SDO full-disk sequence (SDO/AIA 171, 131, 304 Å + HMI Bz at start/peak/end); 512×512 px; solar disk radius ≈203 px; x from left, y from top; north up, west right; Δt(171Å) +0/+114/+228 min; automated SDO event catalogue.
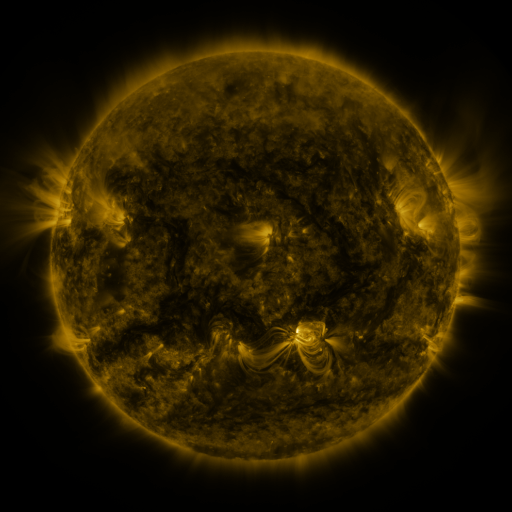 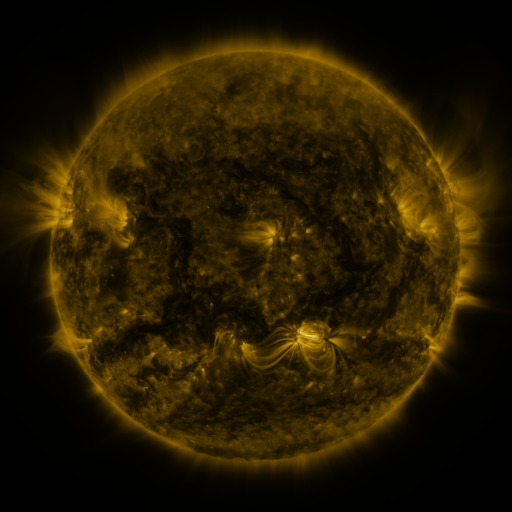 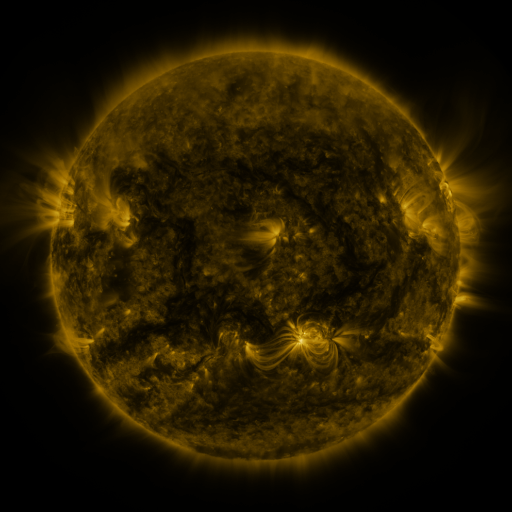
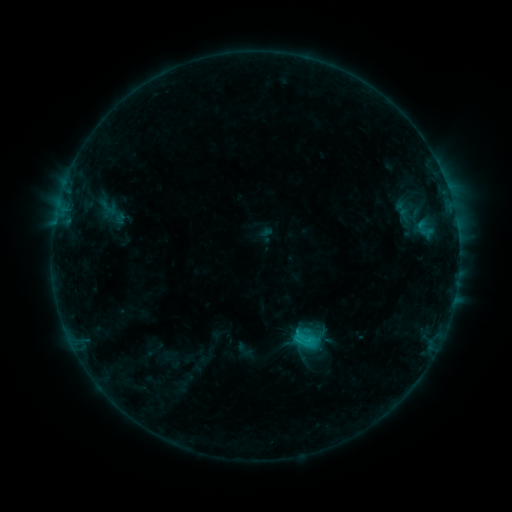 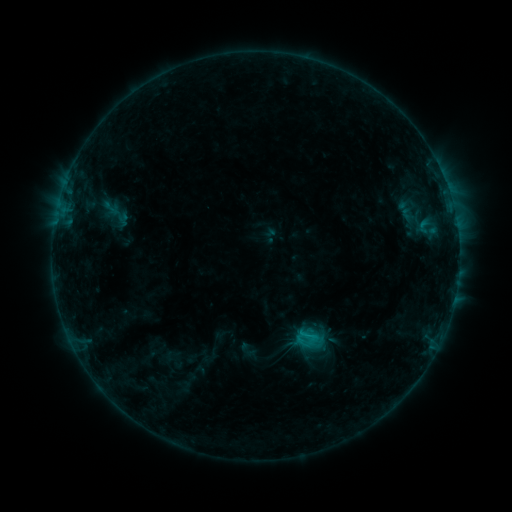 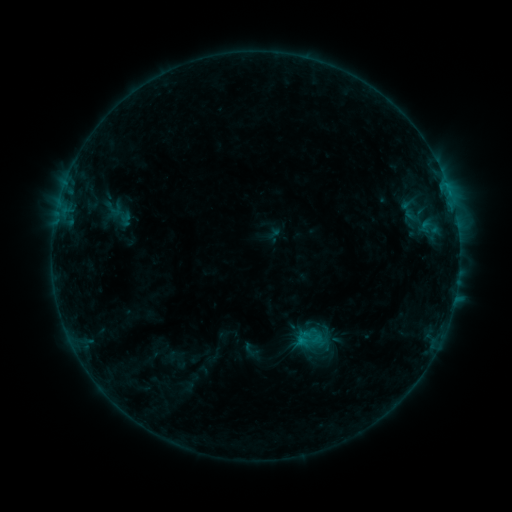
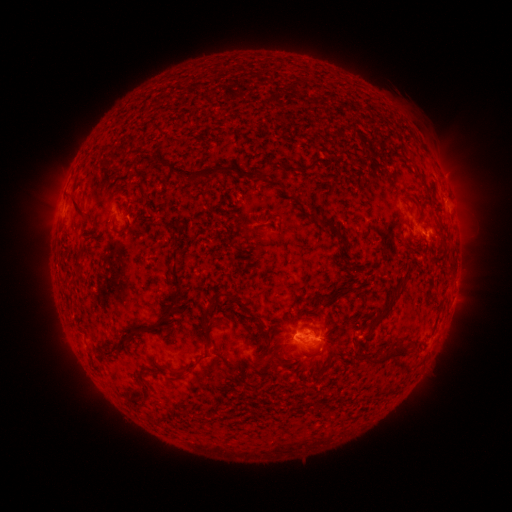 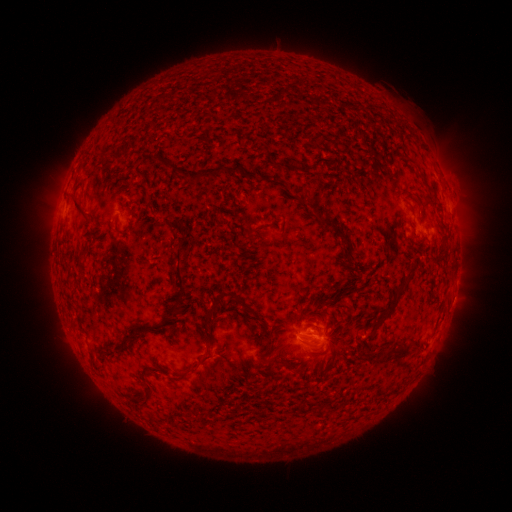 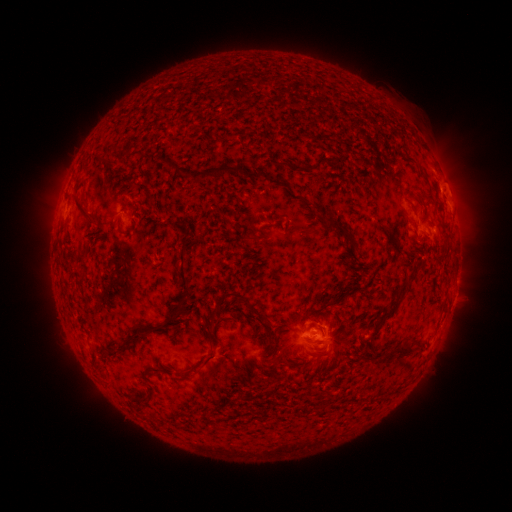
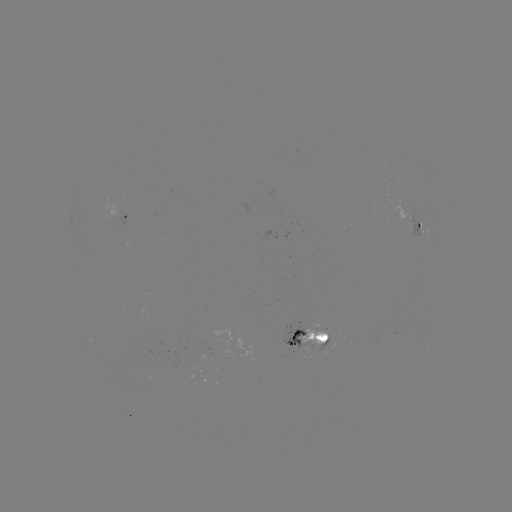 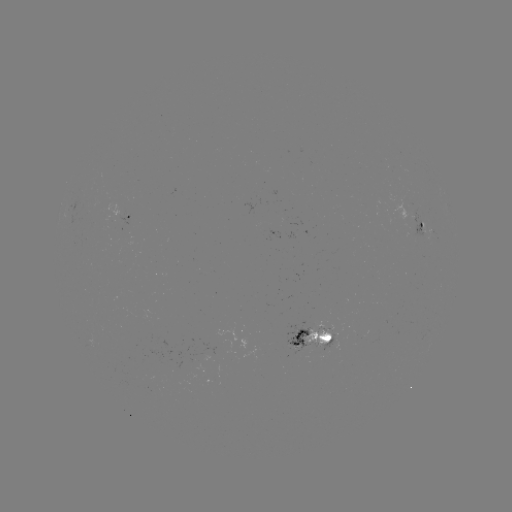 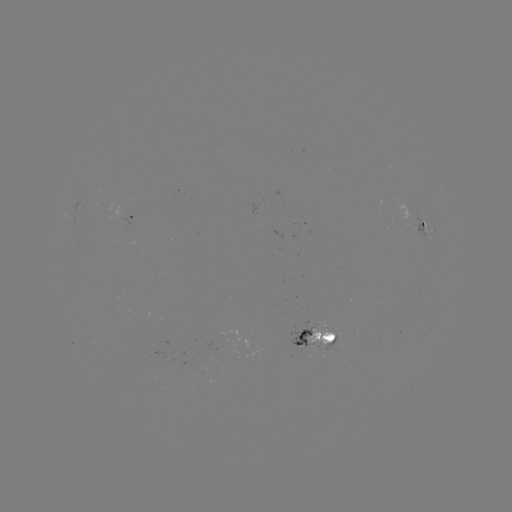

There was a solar filament eruption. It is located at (475, 145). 